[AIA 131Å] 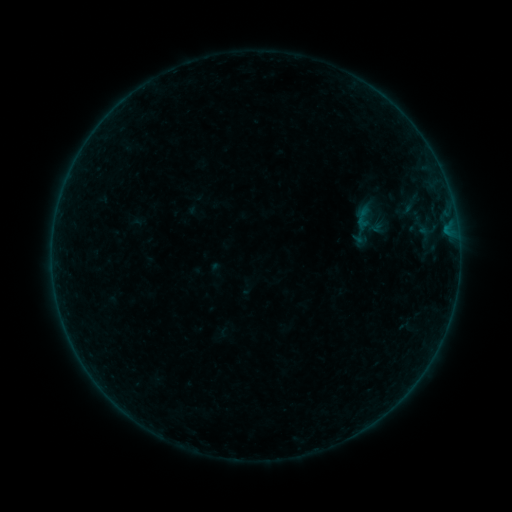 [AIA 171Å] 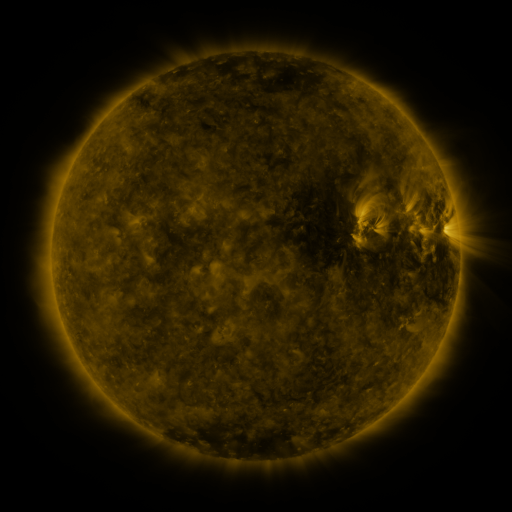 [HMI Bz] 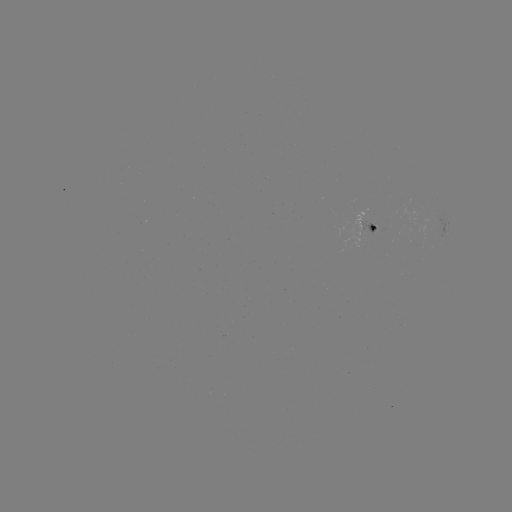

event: sigmoid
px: (411, 205)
